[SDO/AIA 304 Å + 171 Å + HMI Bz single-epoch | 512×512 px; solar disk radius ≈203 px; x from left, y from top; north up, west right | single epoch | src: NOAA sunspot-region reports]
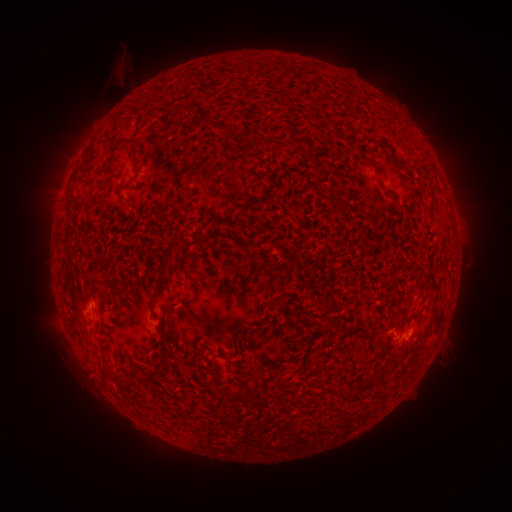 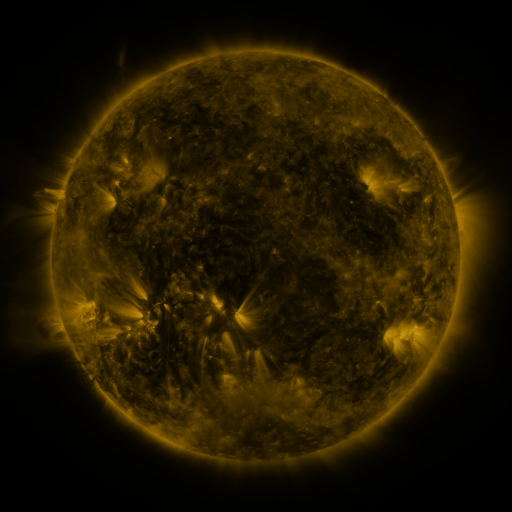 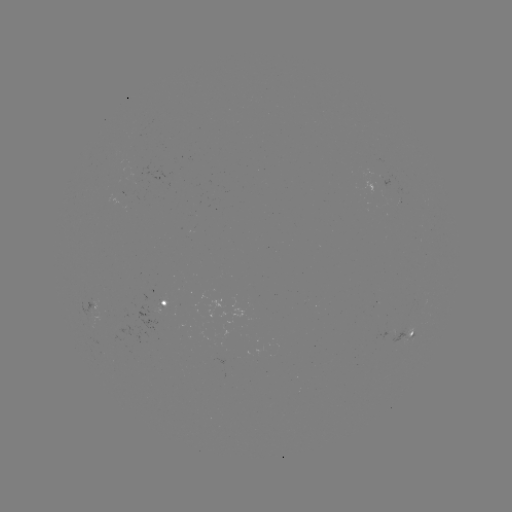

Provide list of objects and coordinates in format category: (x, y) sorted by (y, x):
spotted active region: (166, 298)
spotted active region: (96, 304)
spotted active region: (410, 334)
